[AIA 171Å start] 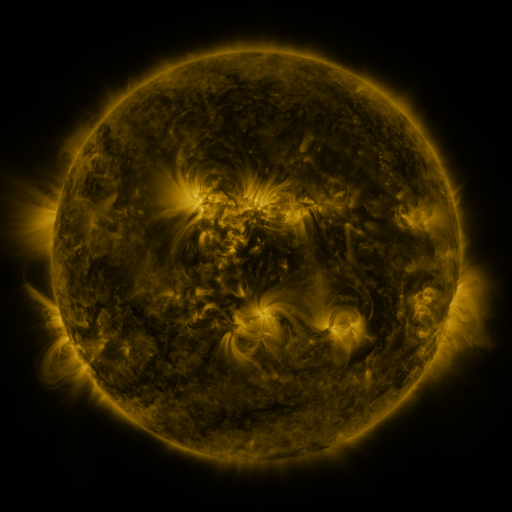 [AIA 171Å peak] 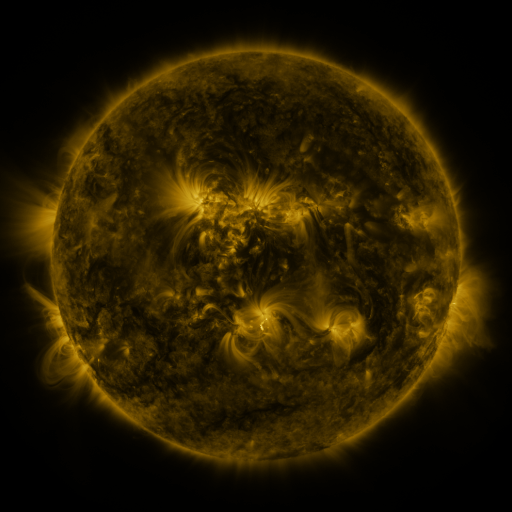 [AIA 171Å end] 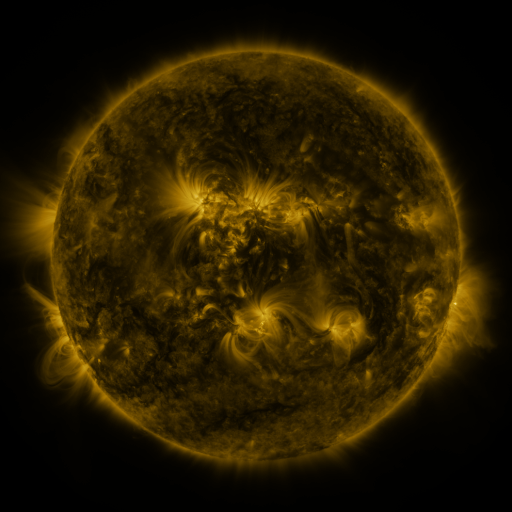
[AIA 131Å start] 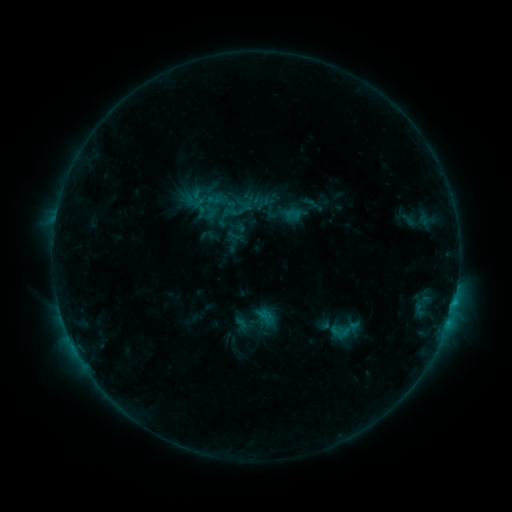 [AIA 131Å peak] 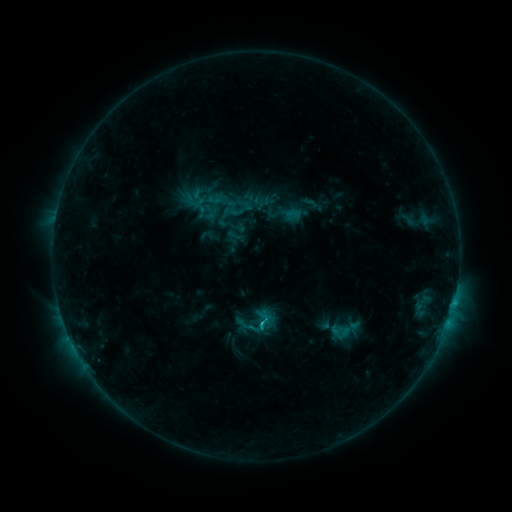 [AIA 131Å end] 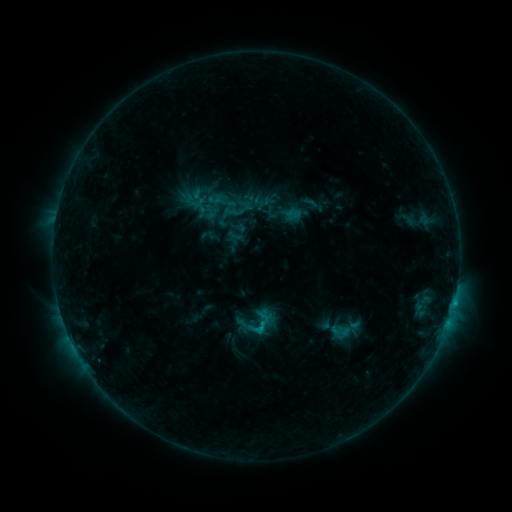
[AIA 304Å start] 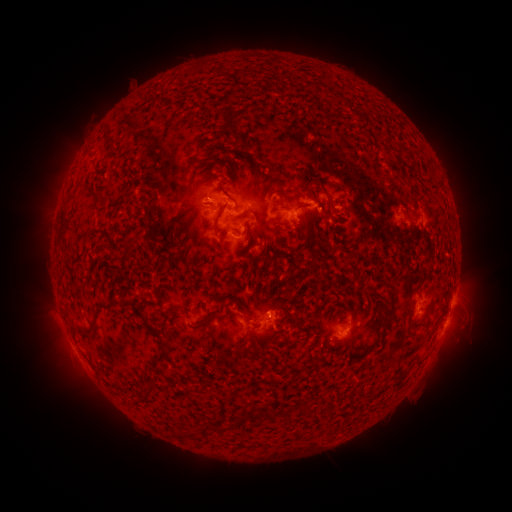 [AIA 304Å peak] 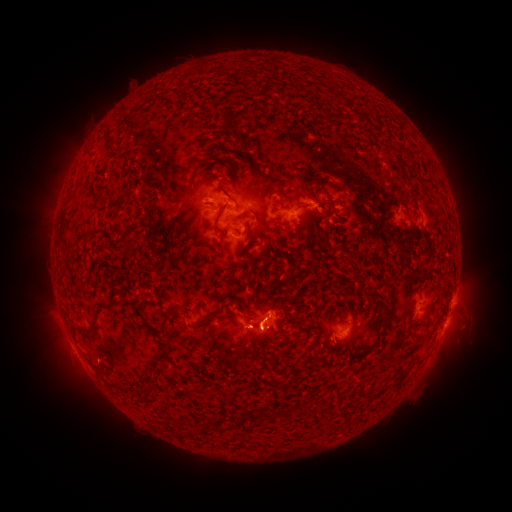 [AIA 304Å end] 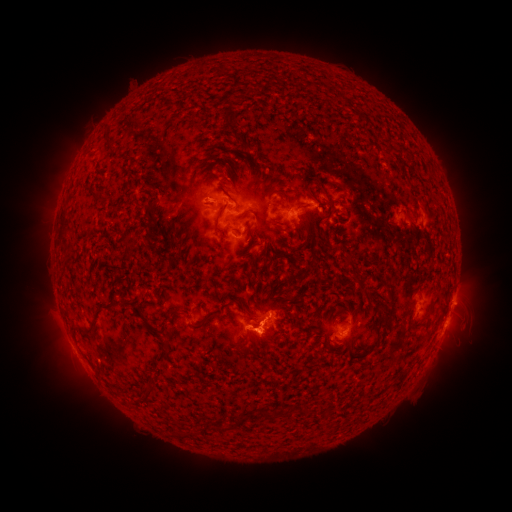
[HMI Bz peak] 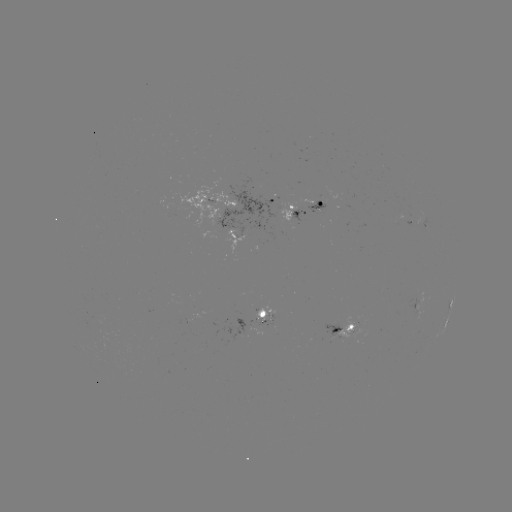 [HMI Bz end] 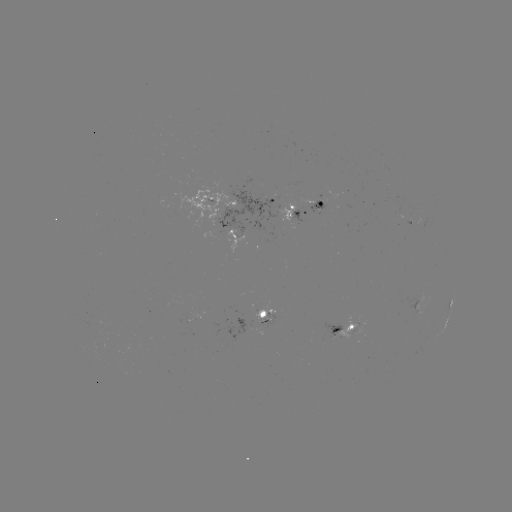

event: flare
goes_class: C1.0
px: (259, 322)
